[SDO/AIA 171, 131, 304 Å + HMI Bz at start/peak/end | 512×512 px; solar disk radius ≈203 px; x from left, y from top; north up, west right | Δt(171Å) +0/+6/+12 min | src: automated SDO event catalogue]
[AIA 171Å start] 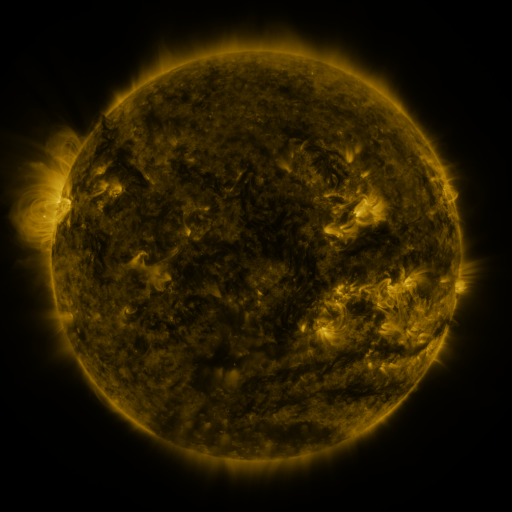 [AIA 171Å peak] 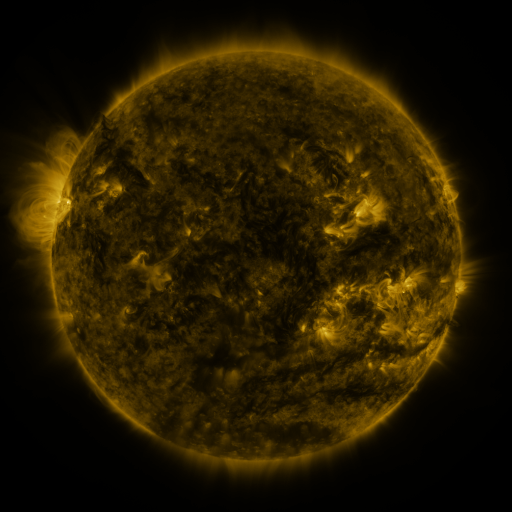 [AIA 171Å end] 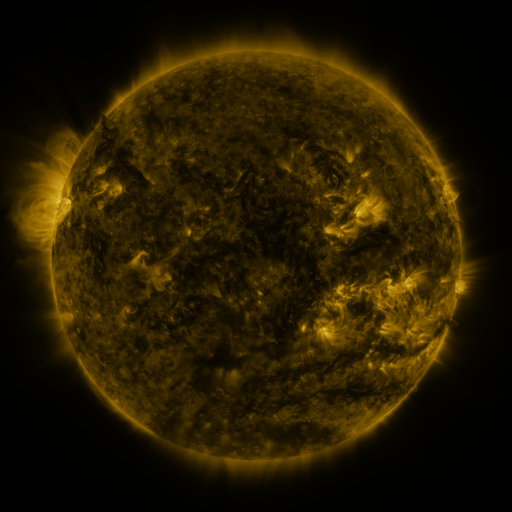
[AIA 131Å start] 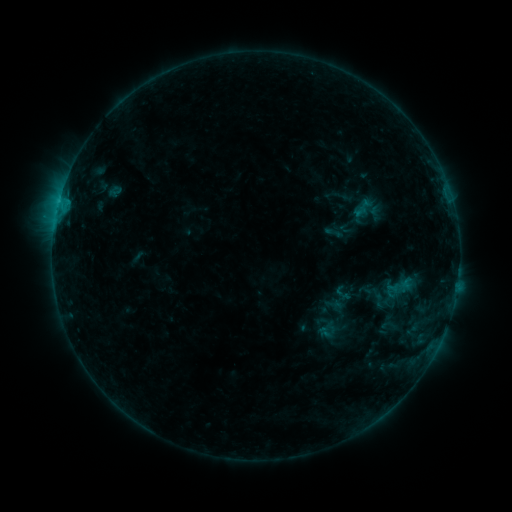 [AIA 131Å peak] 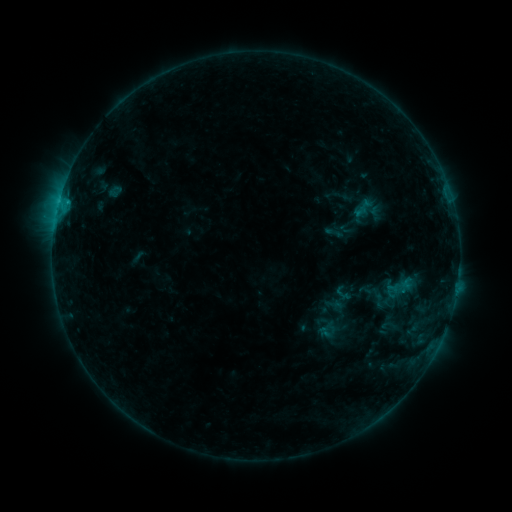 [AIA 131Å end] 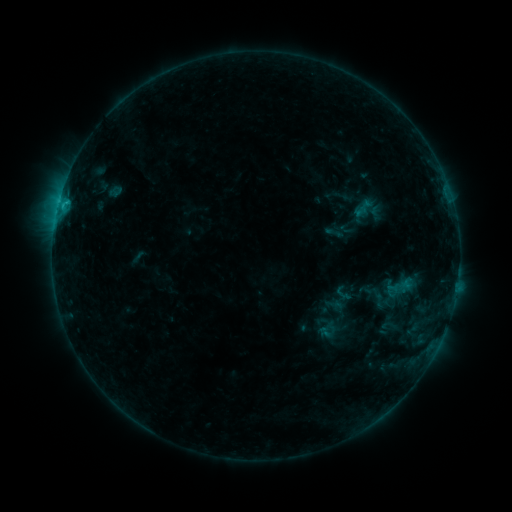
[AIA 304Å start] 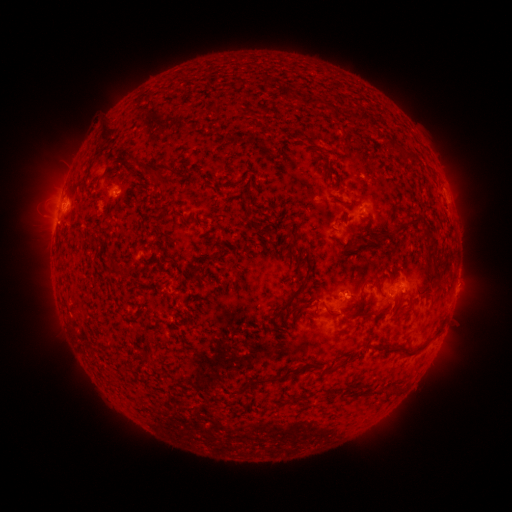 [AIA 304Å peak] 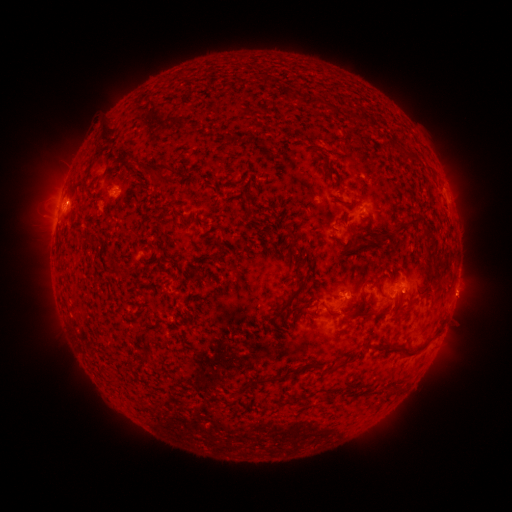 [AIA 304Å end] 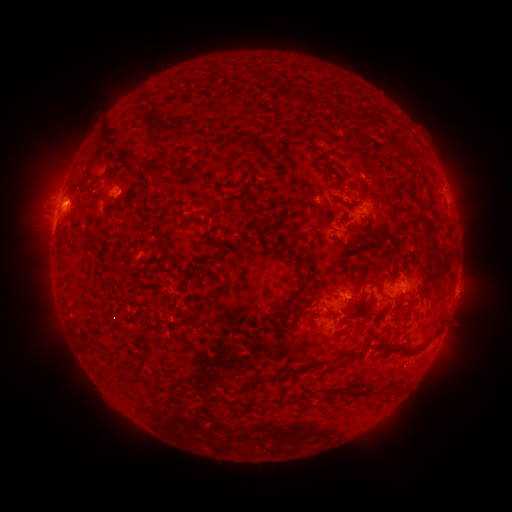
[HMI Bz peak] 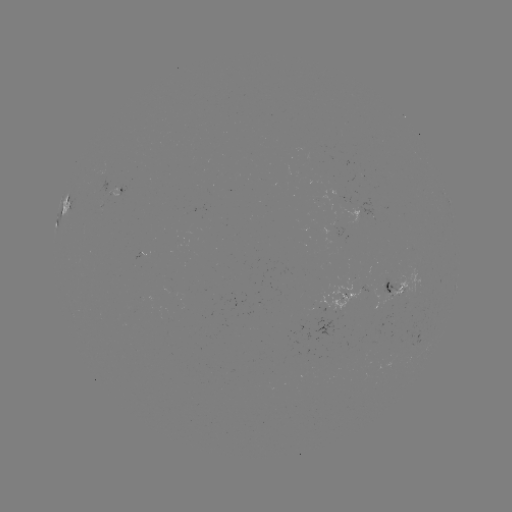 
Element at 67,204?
B9.4 flare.